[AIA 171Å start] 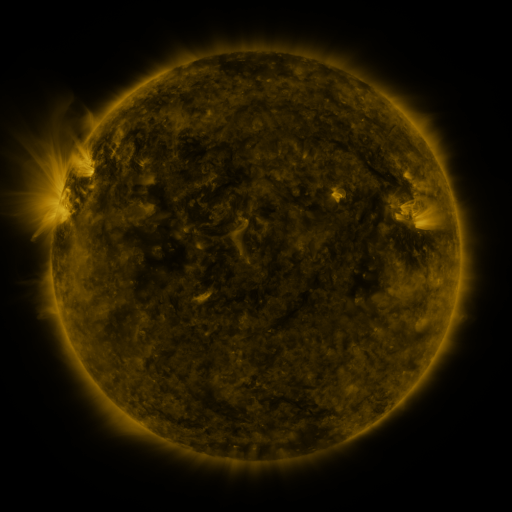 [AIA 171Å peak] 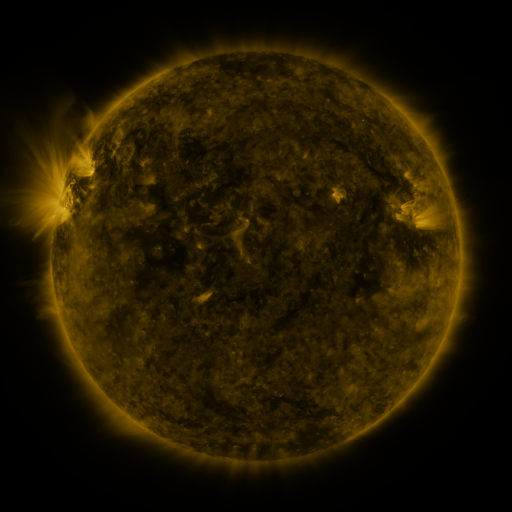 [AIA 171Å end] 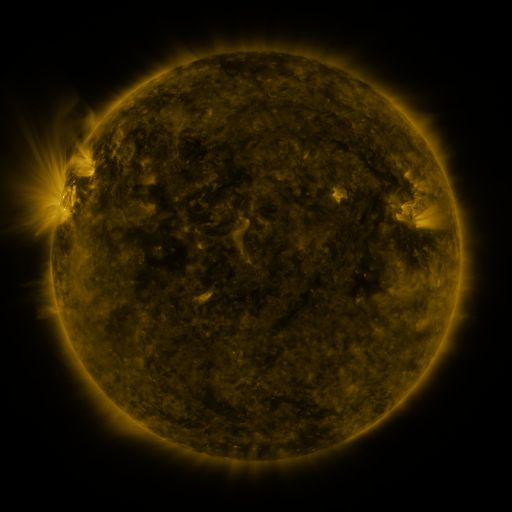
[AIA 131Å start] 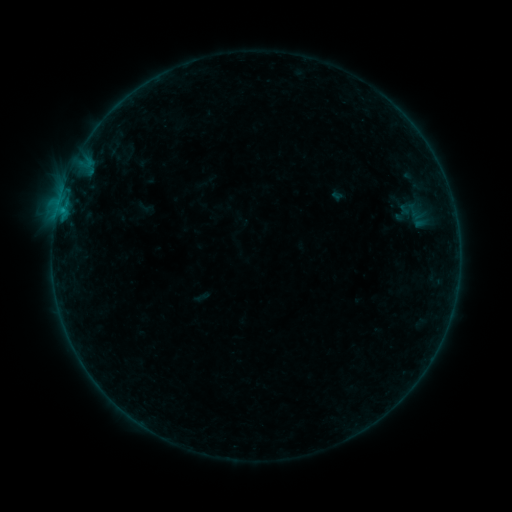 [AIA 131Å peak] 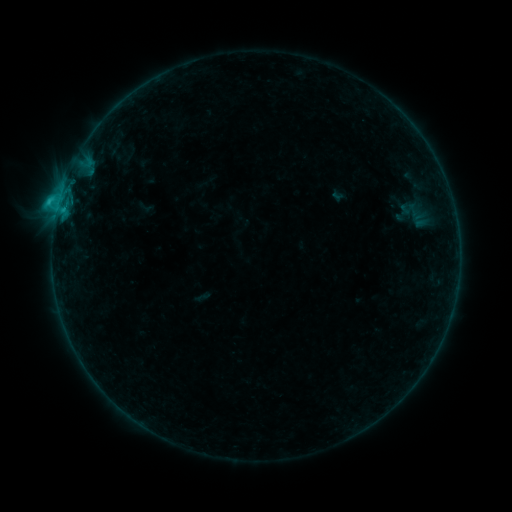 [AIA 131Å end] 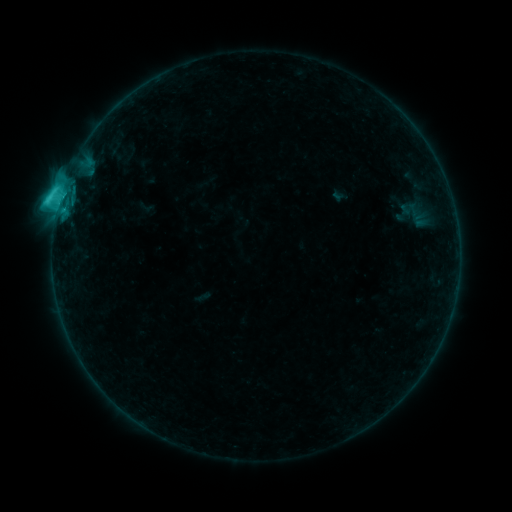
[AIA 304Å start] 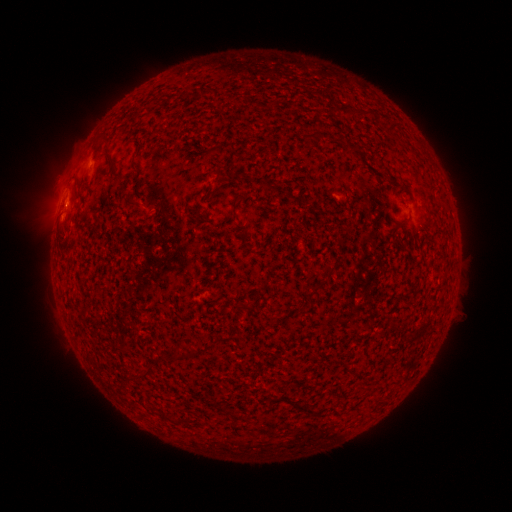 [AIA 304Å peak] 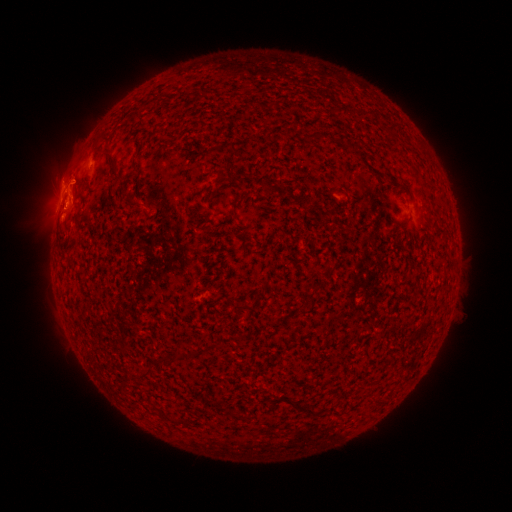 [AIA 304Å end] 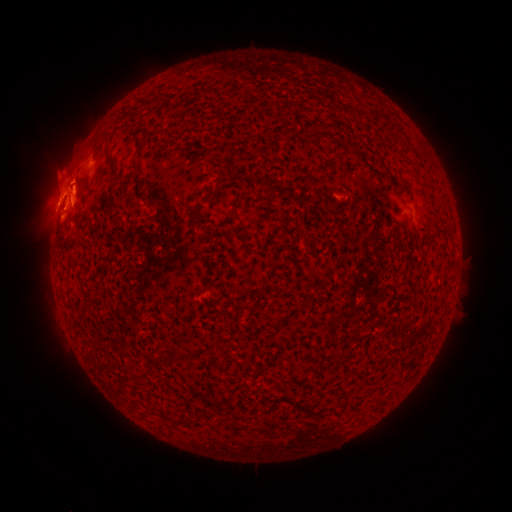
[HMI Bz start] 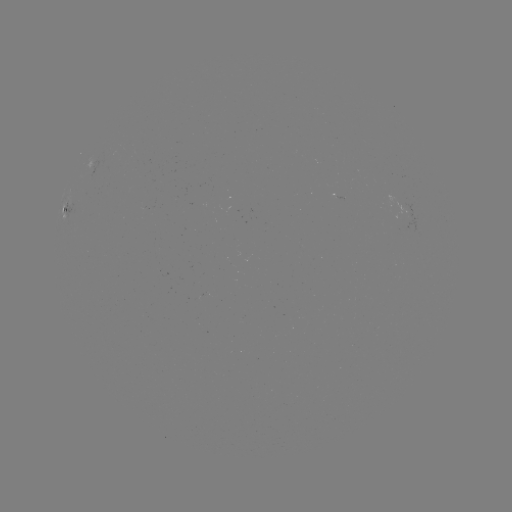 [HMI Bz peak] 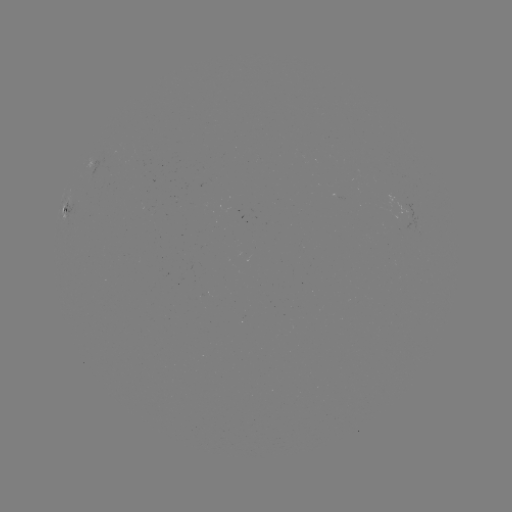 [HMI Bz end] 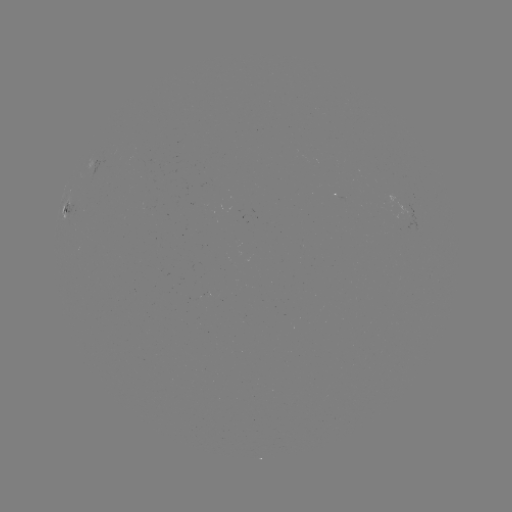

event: eruption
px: (69, 184)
